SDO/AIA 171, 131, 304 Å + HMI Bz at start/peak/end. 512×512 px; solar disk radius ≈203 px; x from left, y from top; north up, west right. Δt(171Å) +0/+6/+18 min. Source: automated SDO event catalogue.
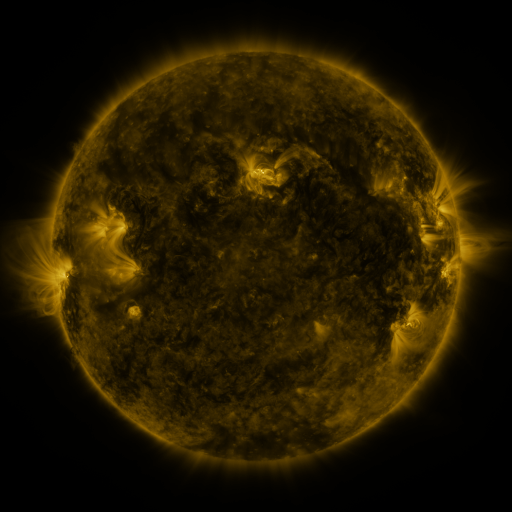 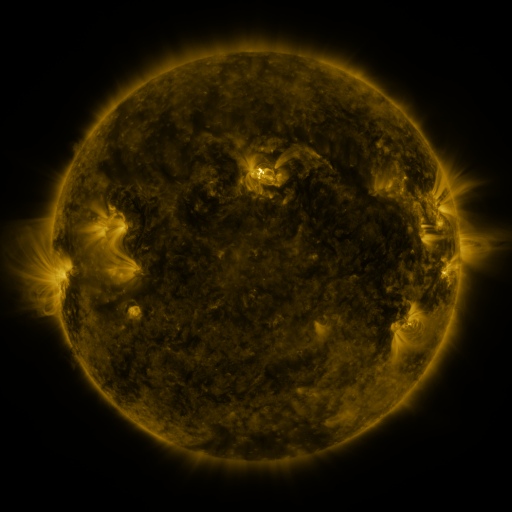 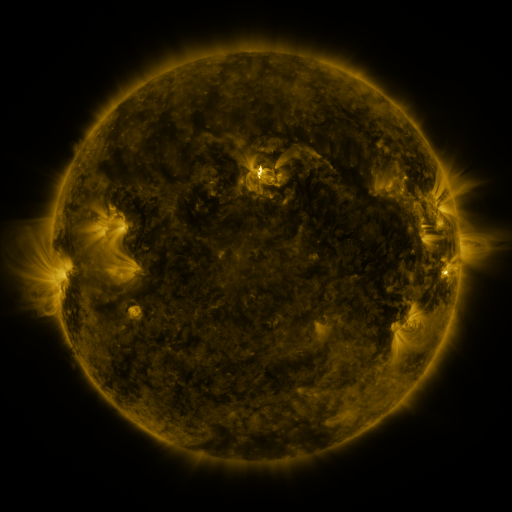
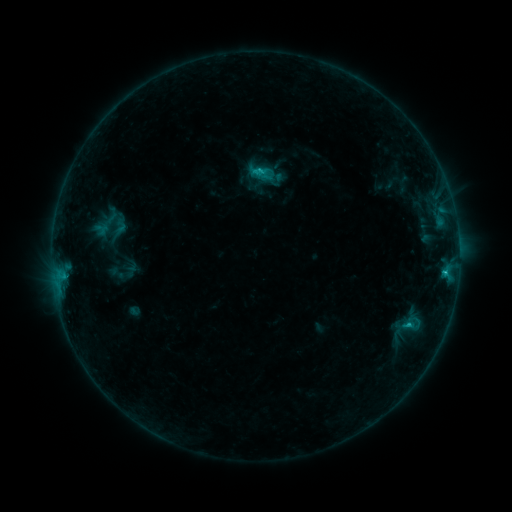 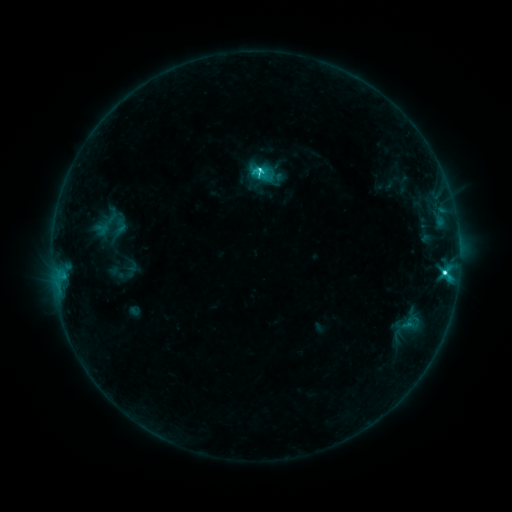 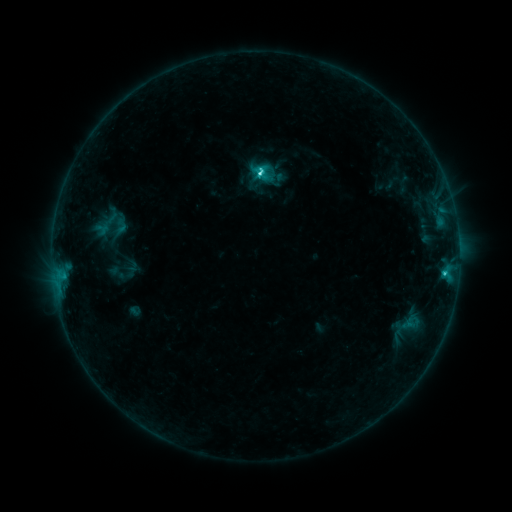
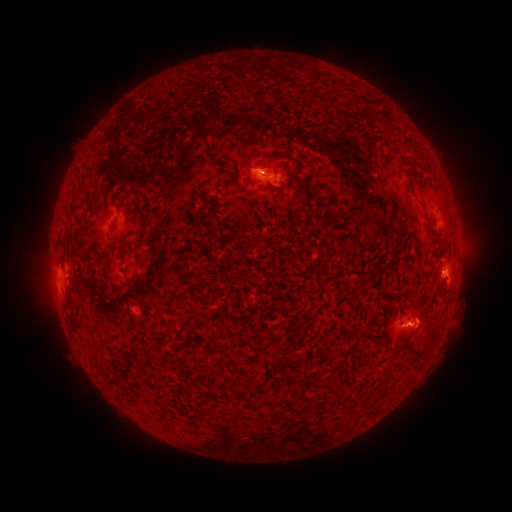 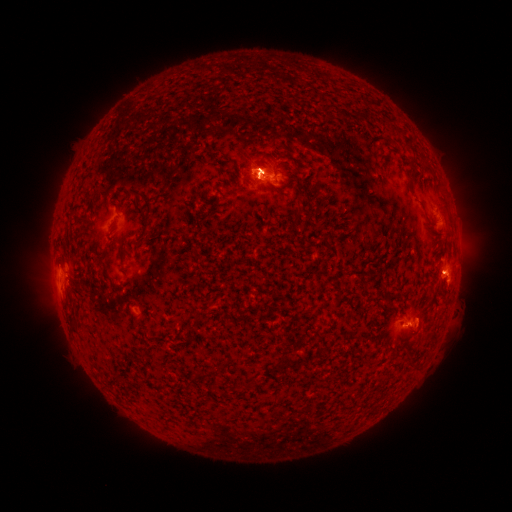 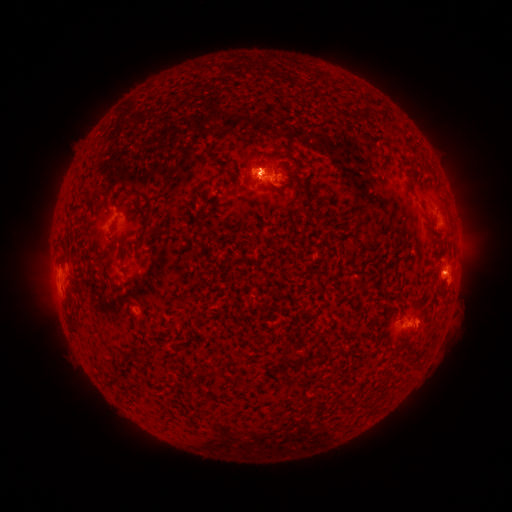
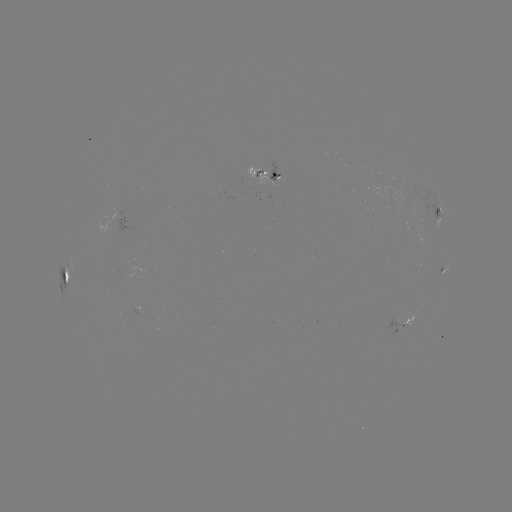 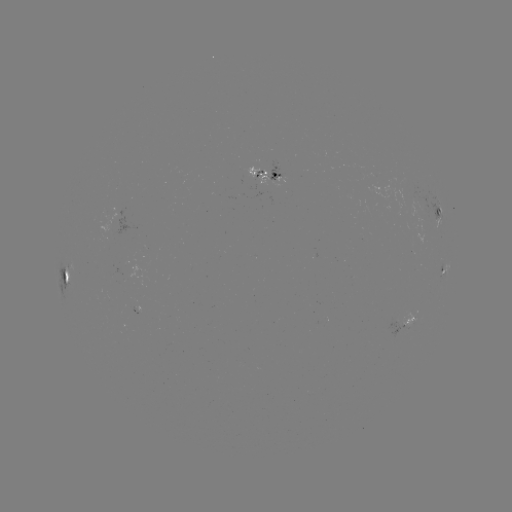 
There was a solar flare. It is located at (443, 270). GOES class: C4.9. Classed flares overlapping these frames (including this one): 1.